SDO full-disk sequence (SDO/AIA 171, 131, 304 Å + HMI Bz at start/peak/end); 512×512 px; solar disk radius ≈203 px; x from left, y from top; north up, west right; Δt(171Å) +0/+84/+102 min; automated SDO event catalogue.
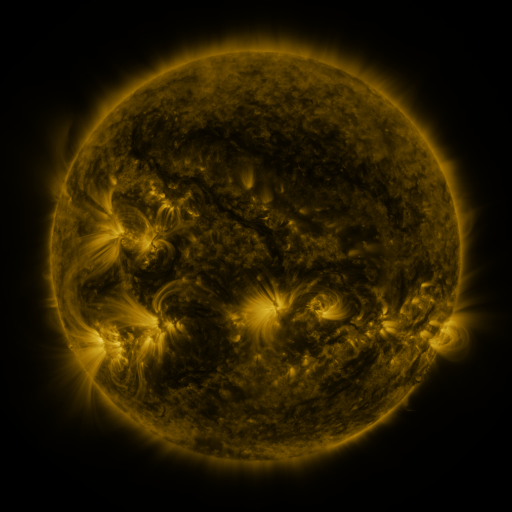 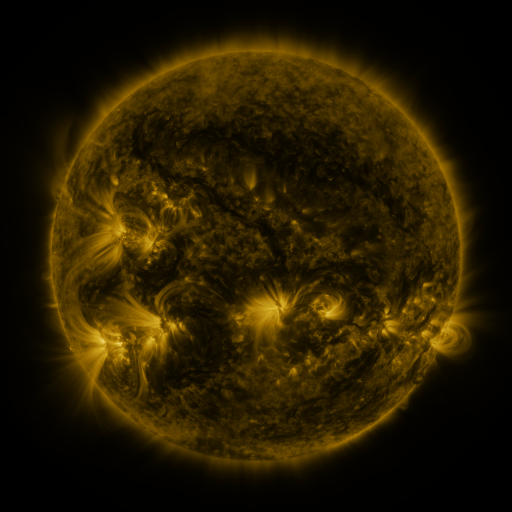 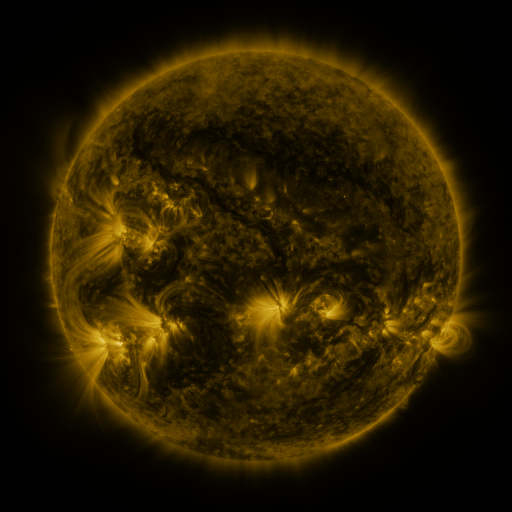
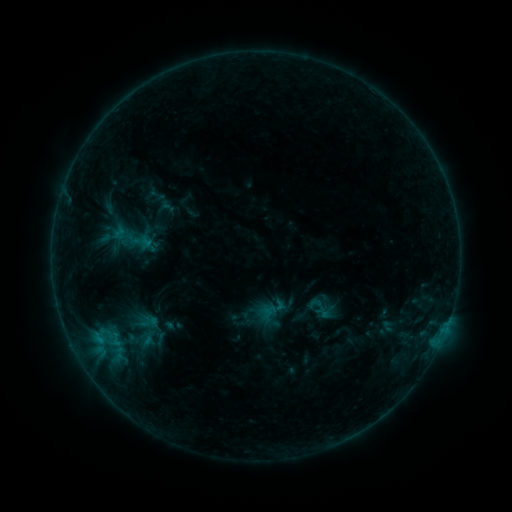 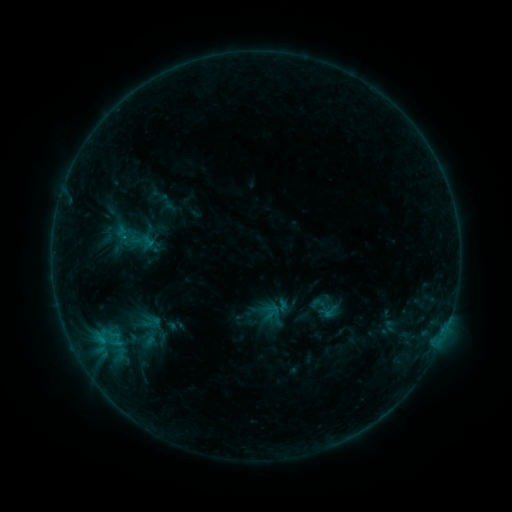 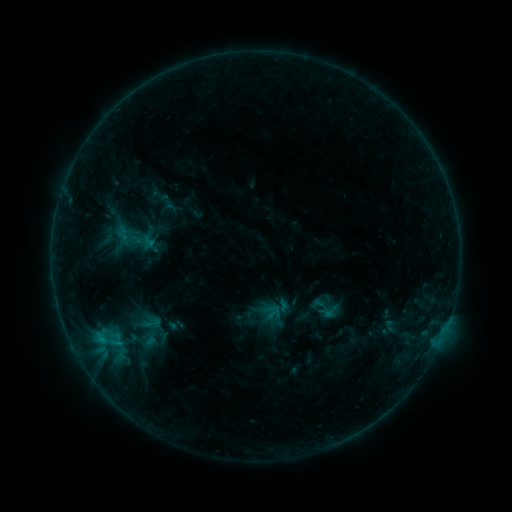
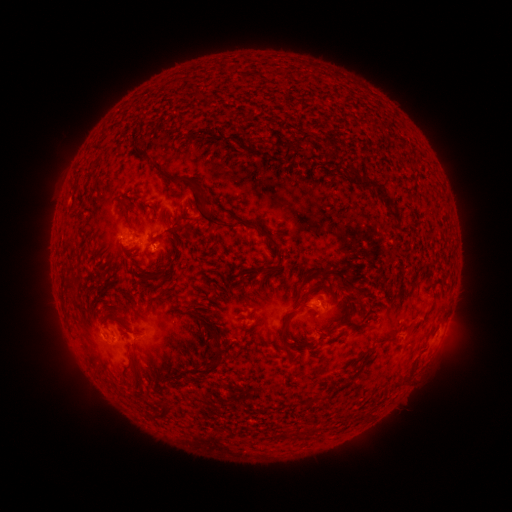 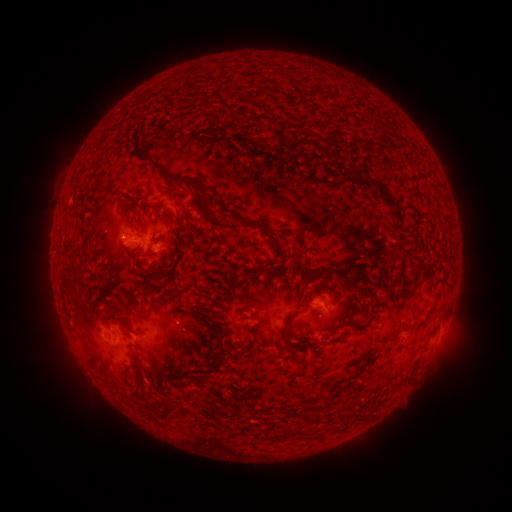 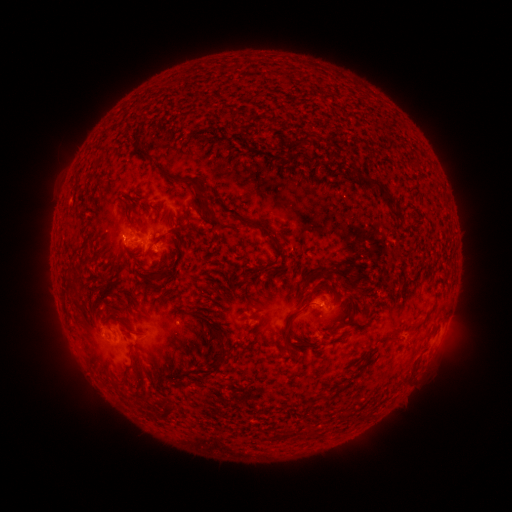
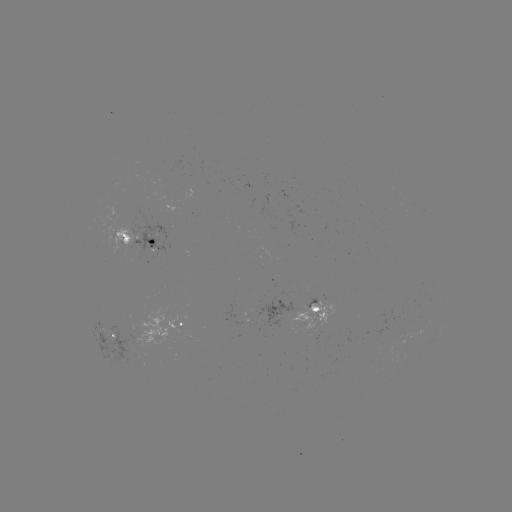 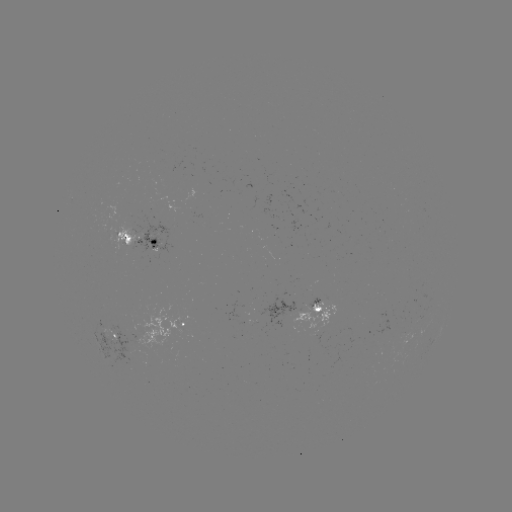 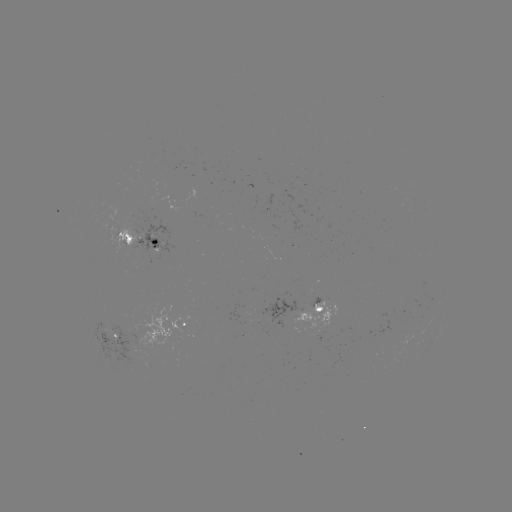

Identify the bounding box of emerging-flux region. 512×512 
[293, 331, 318, 341].